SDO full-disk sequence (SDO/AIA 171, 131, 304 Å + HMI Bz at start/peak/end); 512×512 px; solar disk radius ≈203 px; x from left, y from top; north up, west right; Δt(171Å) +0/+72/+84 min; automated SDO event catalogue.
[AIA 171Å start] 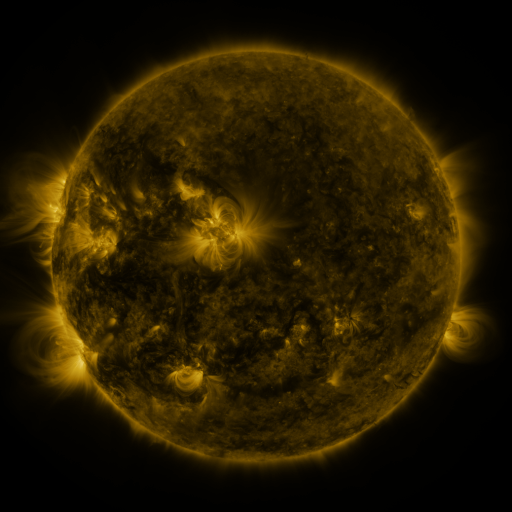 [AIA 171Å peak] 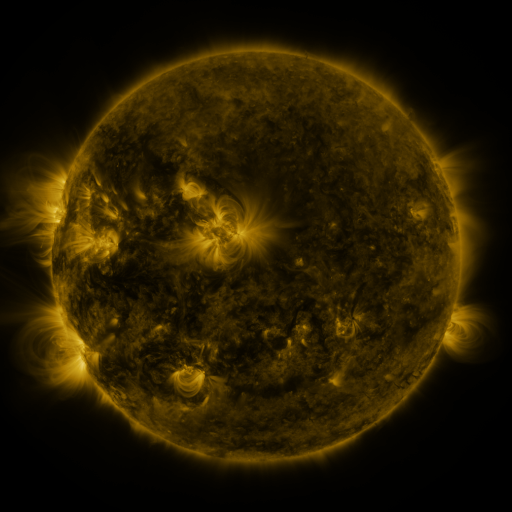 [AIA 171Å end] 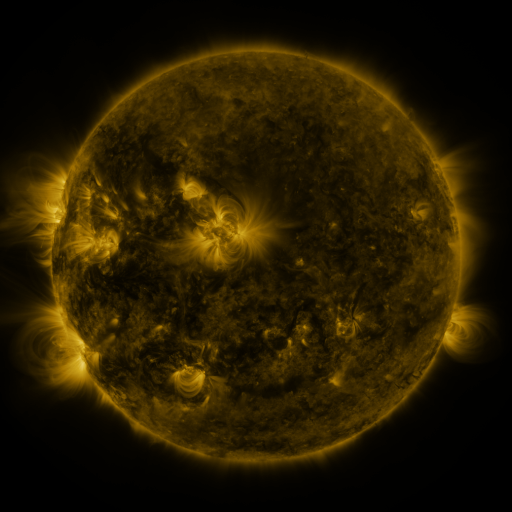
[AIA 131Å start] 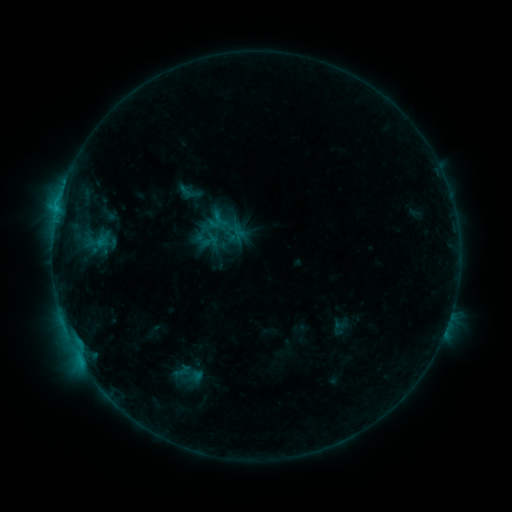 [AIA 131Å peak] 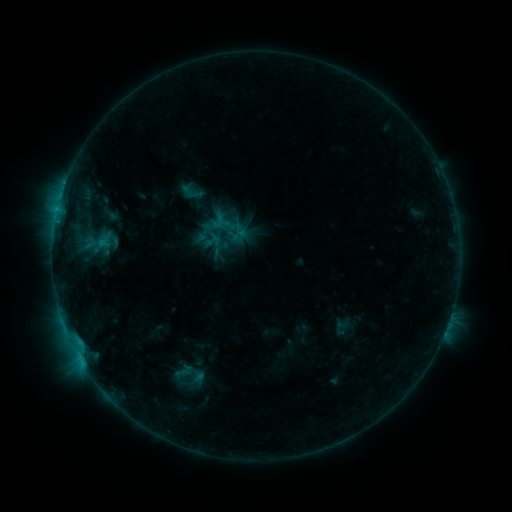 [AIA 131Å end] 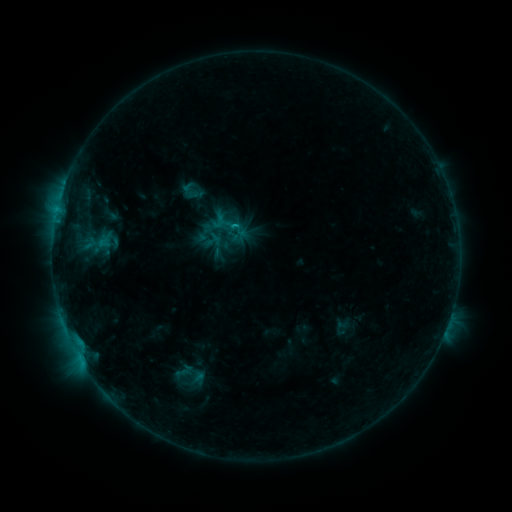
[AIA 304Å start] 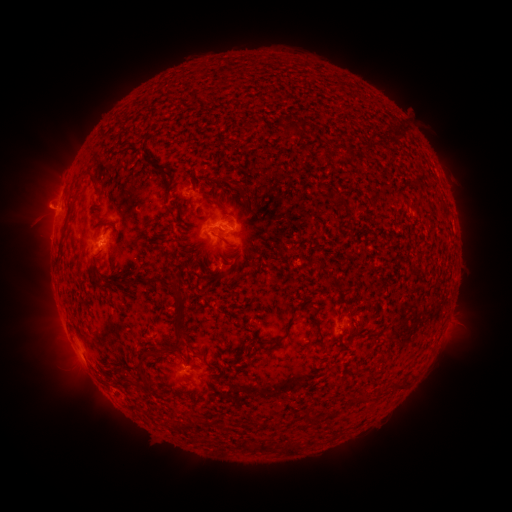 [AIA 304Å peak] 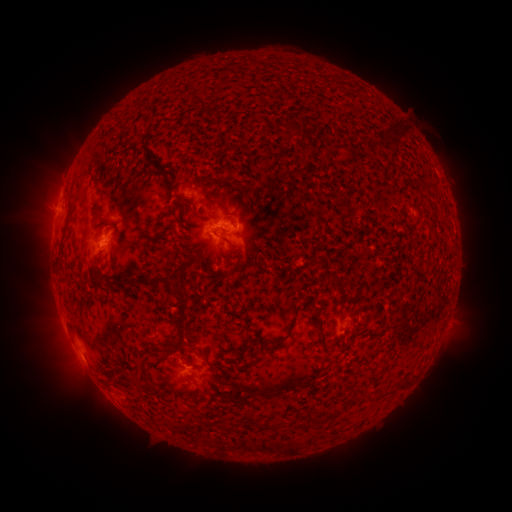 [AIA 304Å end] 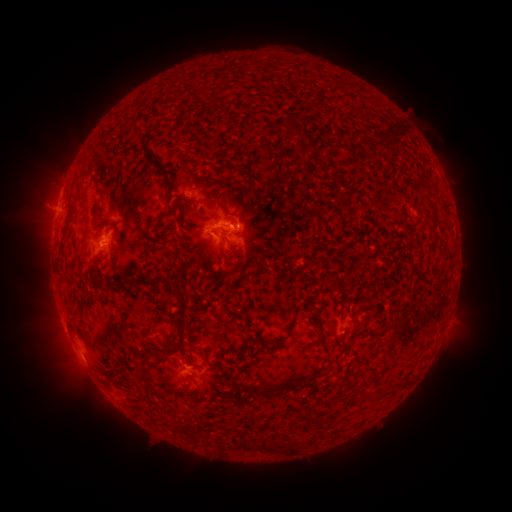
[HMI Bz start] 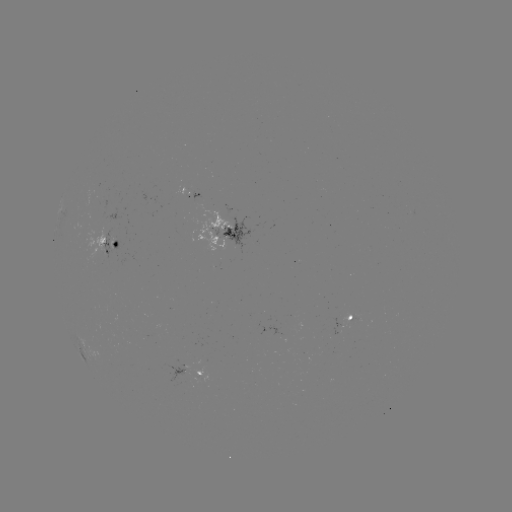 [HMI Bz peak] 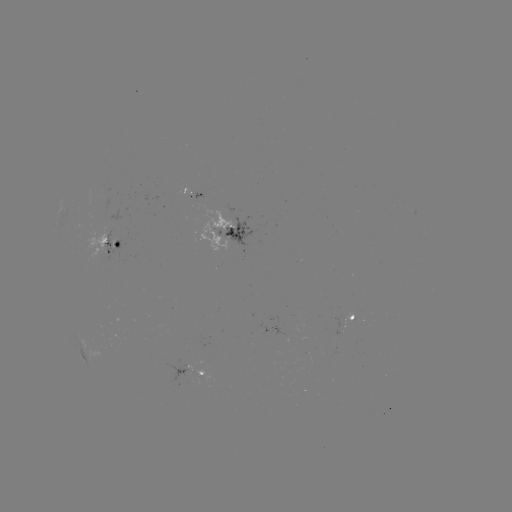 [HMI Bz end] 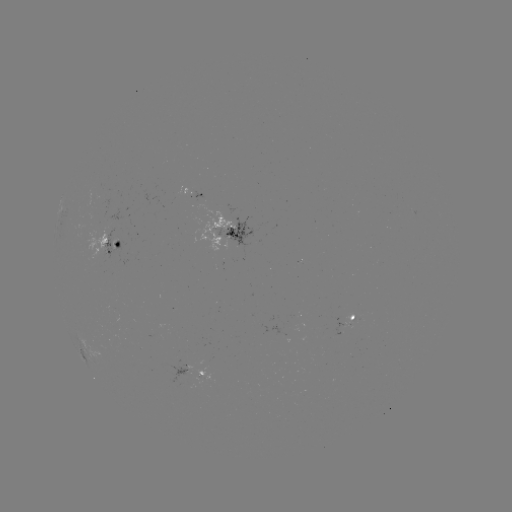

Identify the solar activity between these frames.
emerging-flux region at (100, 199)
